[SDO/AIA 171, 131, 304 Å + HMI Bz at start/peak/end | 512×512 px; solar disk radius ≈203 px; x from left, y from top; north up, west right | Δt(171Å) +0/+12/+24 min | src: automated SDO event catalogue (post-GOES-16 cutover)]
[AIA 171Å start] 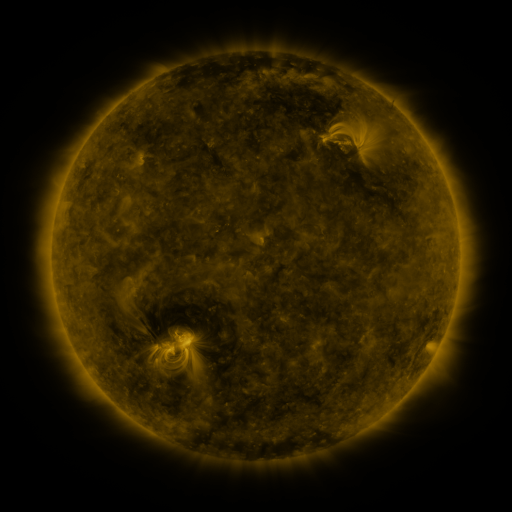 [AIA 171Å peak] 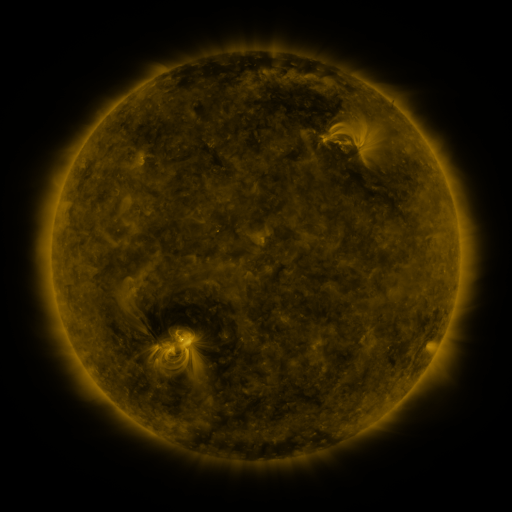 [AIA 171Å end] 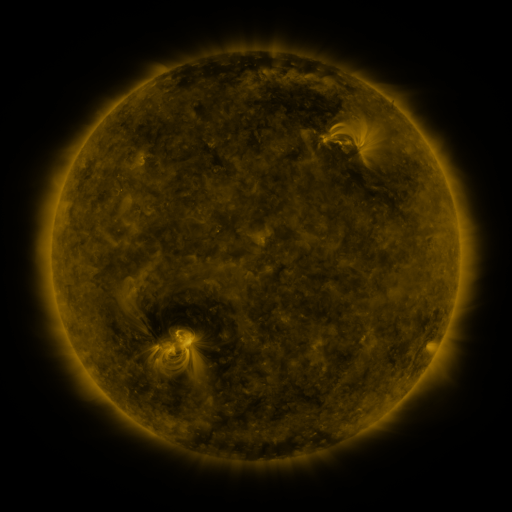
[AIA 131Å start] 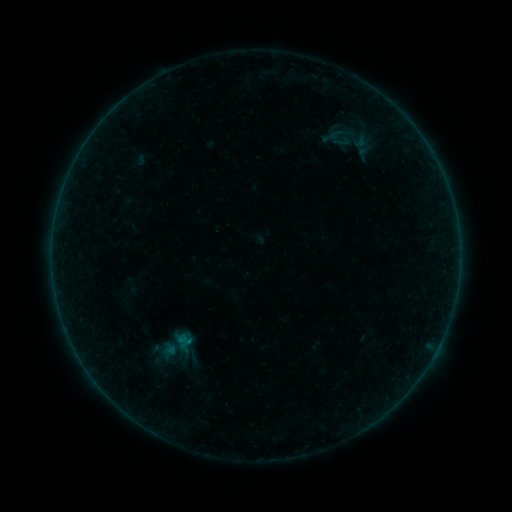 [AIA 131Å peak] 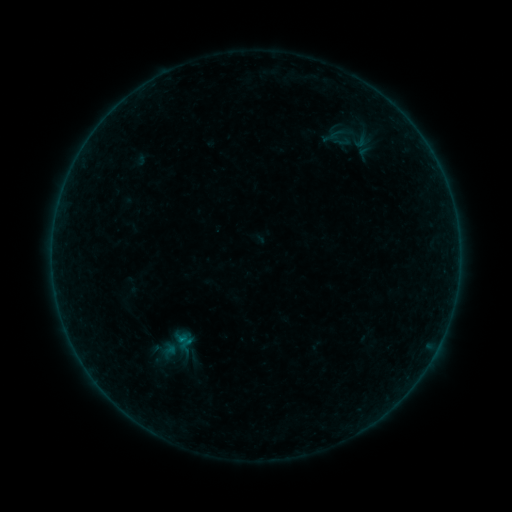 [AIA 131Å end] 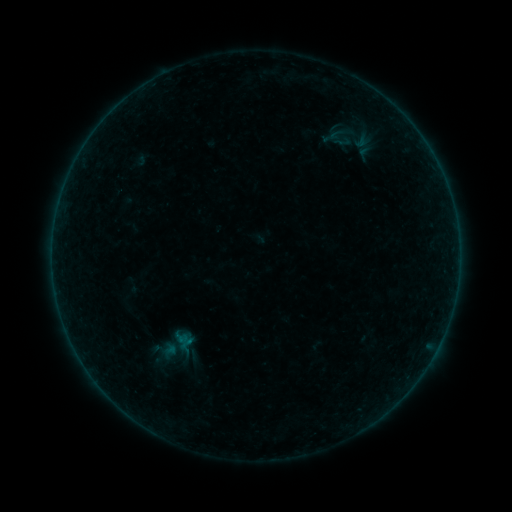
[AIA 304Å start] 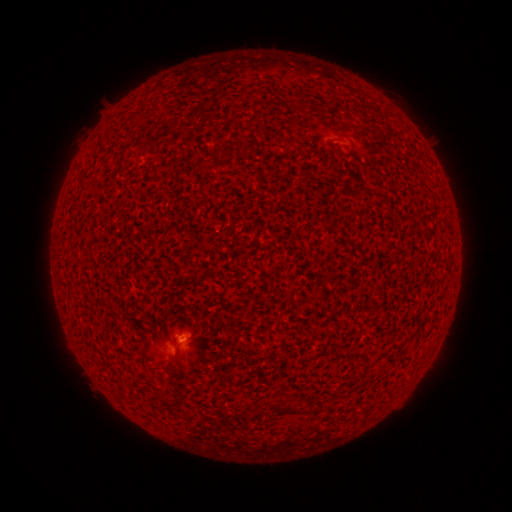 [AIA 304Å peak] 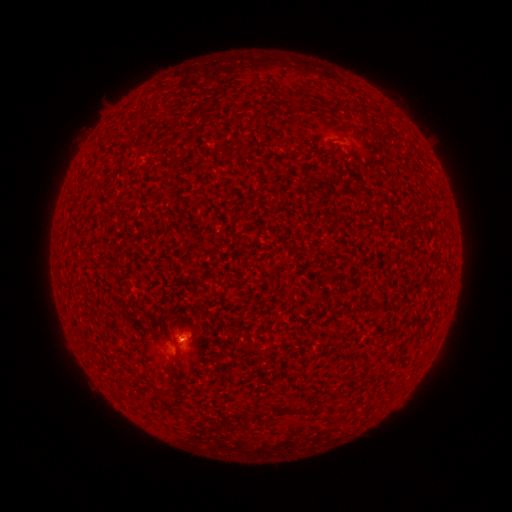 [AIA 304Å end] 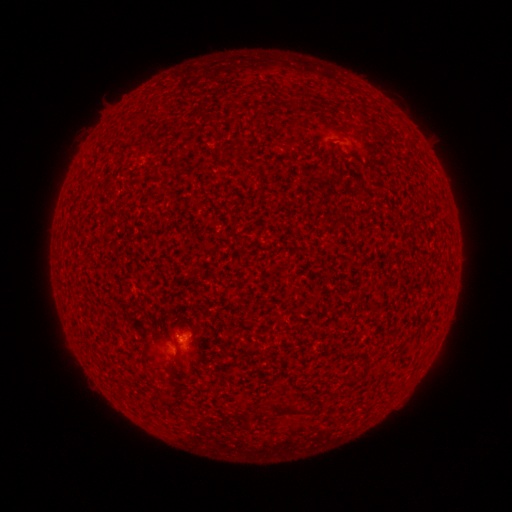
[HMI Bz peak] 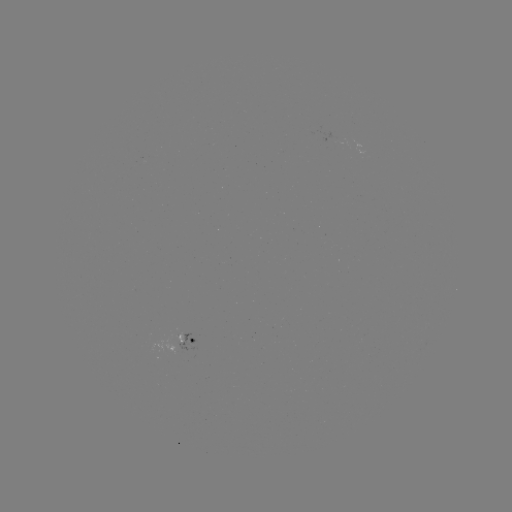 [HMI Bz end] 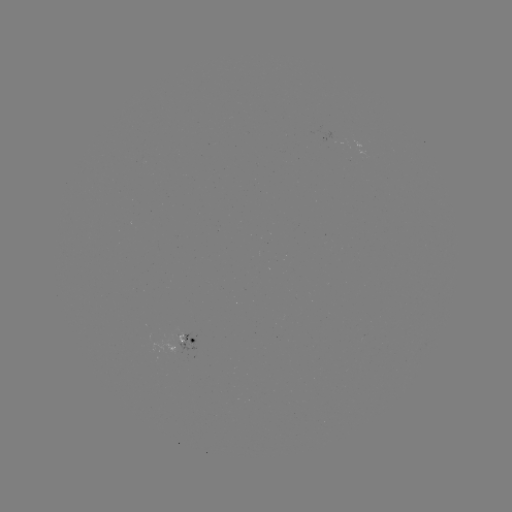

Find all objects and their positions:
A7.7 flare: (182, 336)
